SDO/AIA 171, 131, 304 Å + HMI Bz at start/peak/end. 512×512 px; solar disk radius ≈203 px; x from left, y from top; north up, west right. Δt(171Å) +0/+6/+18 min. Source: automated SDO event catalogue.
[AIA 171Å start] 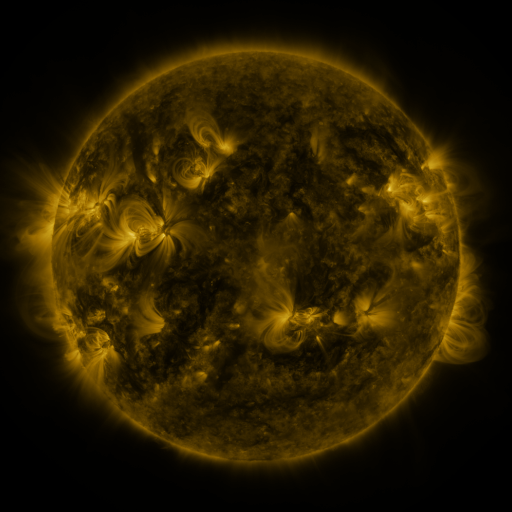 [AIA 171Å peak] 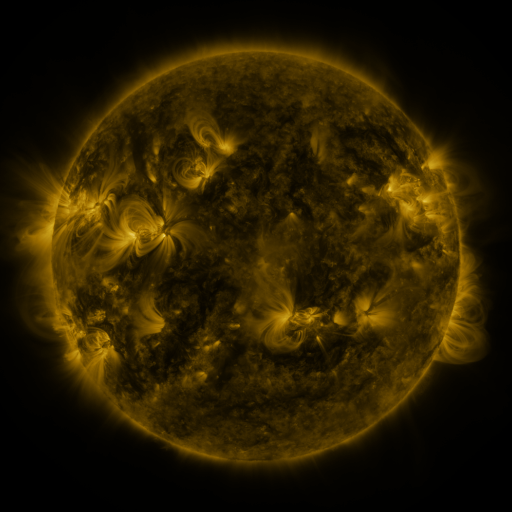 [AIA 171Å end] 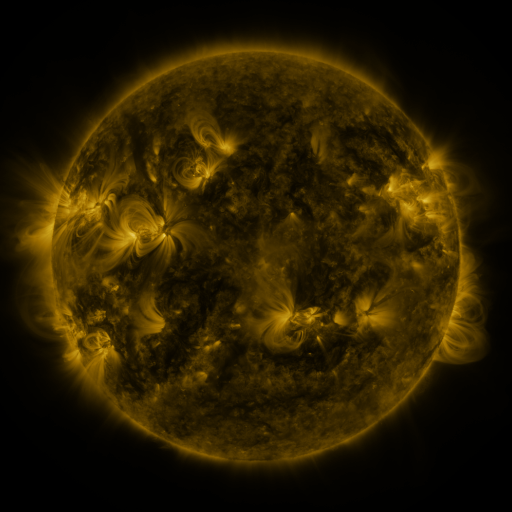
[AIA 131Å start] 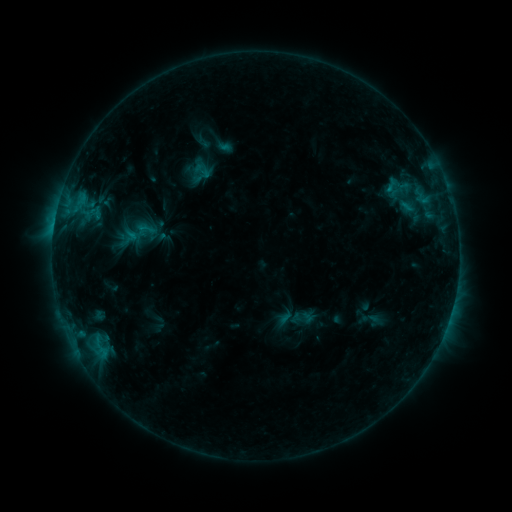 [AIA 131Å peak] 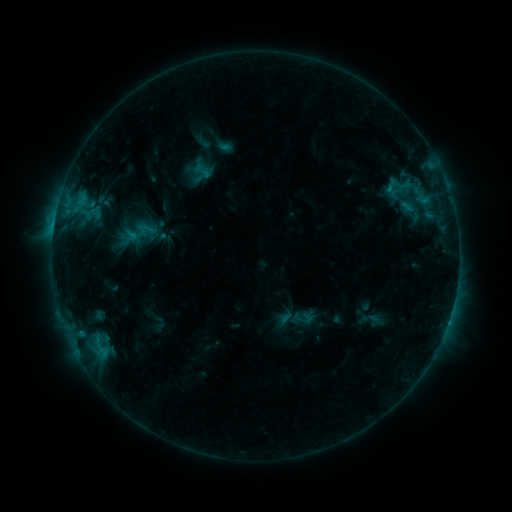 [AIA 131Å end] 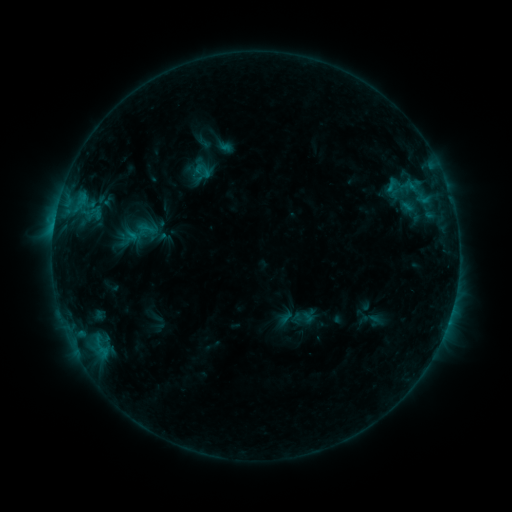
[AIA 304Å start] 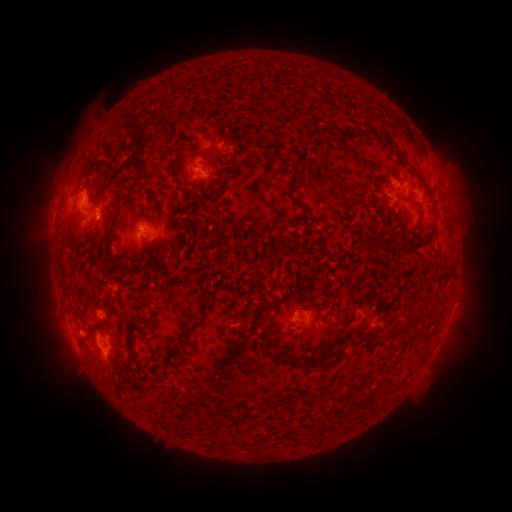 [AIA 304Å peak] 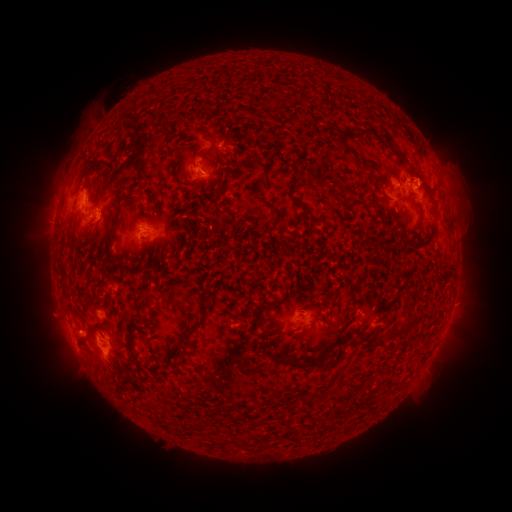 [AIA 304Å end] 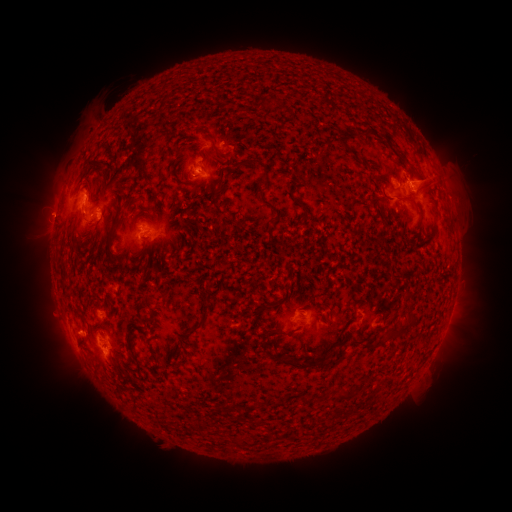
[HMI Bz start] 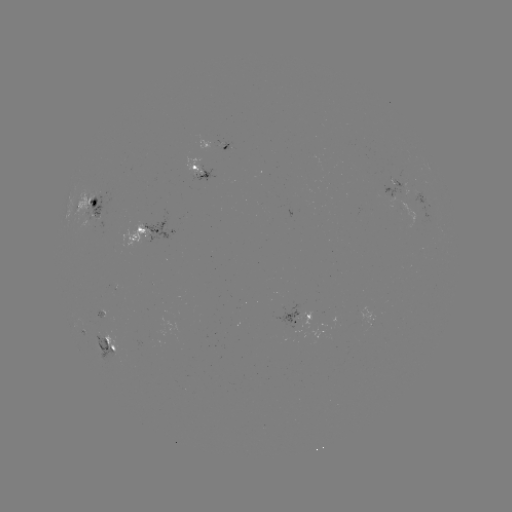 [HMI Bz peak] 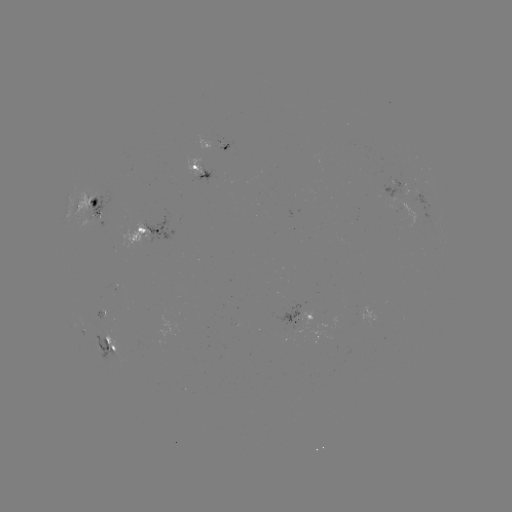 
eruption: [372, 120, 500, 213]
